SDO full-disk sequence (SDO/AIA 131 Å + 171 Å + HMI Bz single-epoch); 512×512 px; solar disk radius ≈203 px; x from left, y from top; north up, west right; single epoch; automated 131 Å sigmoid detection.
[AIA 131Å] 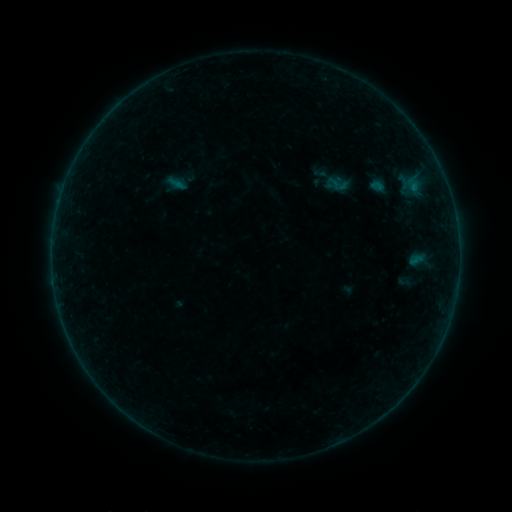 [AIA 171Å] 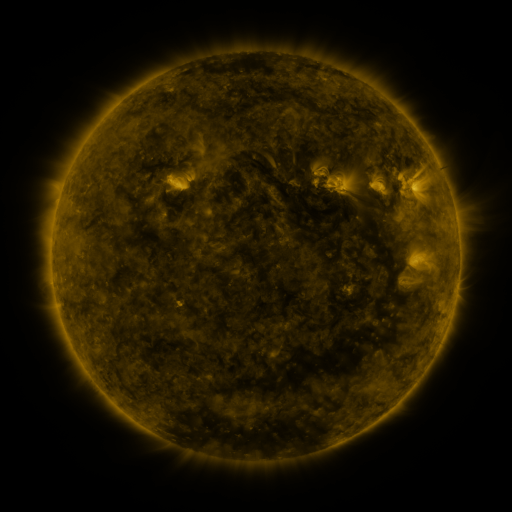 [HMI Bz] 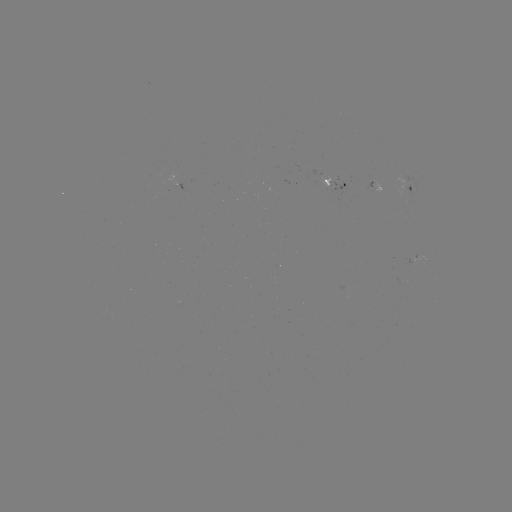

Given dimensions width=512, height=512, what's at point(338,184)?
sigmoid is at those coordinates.